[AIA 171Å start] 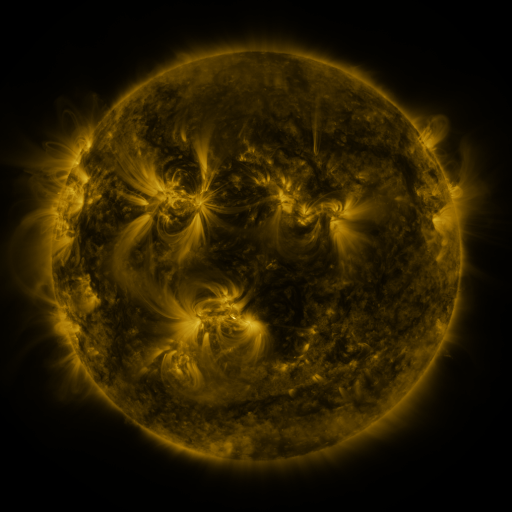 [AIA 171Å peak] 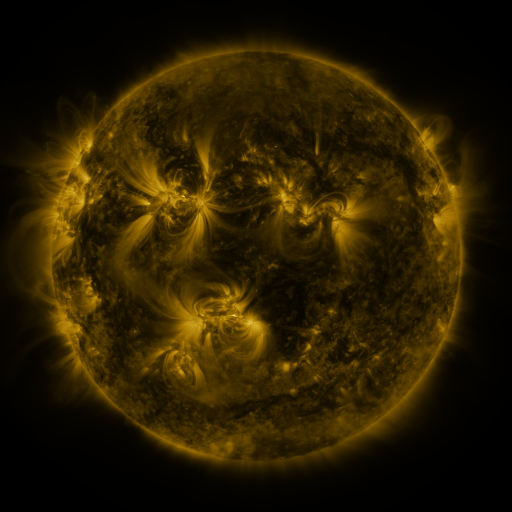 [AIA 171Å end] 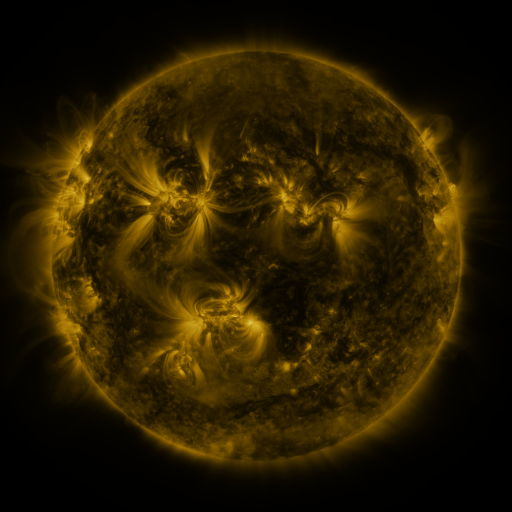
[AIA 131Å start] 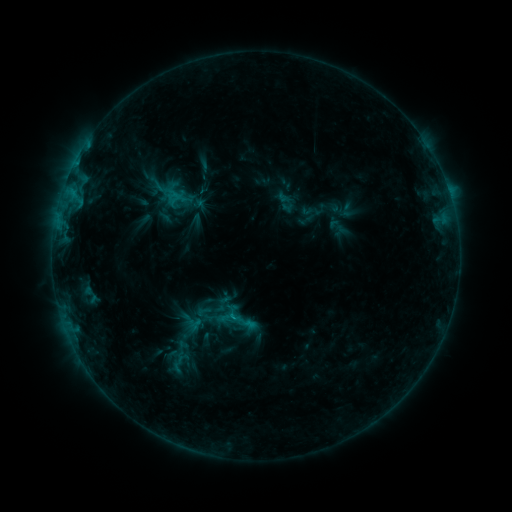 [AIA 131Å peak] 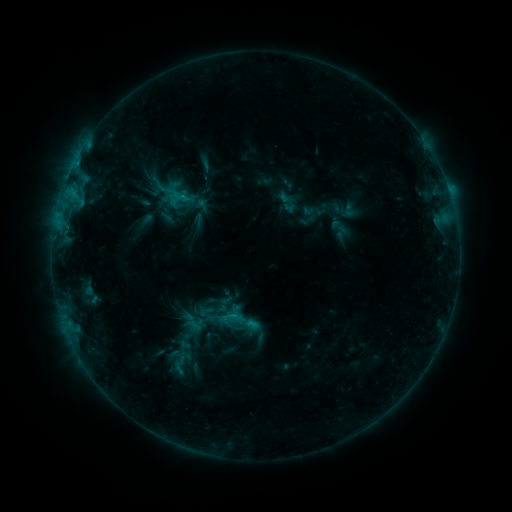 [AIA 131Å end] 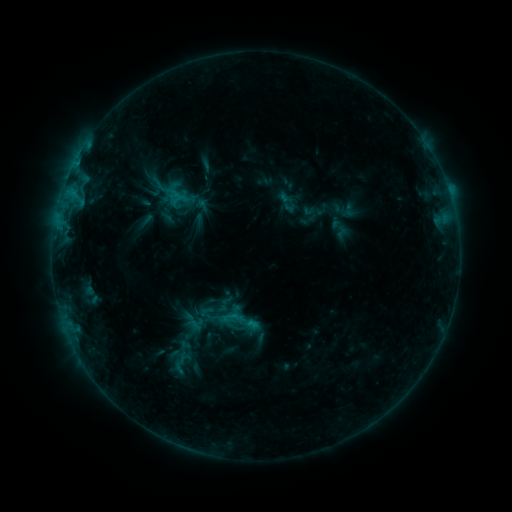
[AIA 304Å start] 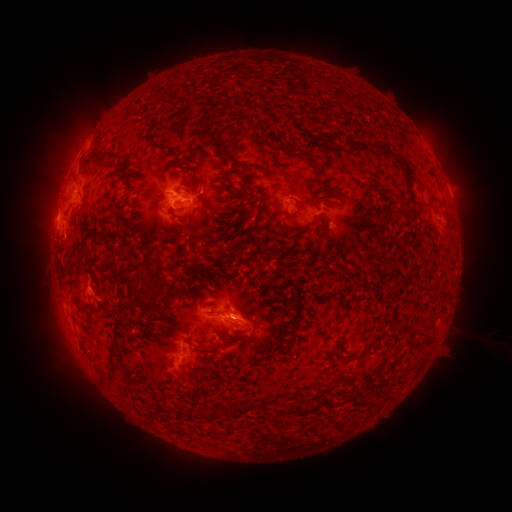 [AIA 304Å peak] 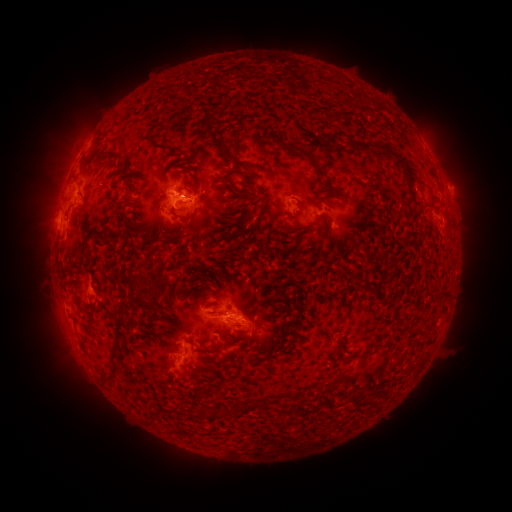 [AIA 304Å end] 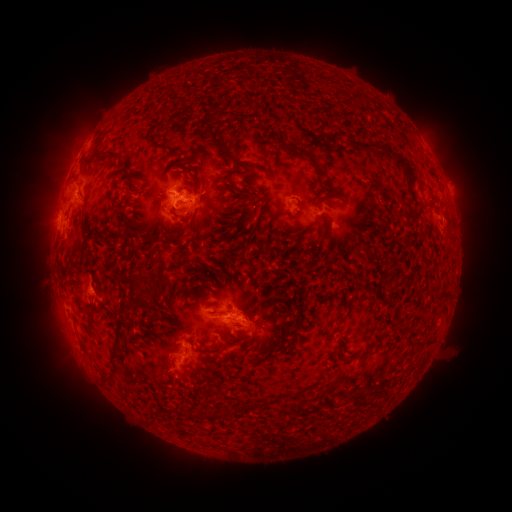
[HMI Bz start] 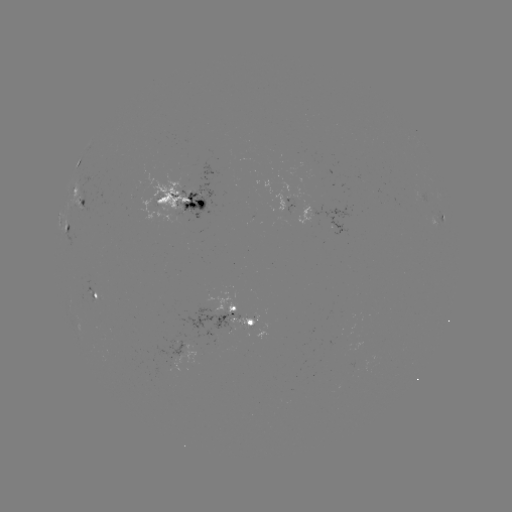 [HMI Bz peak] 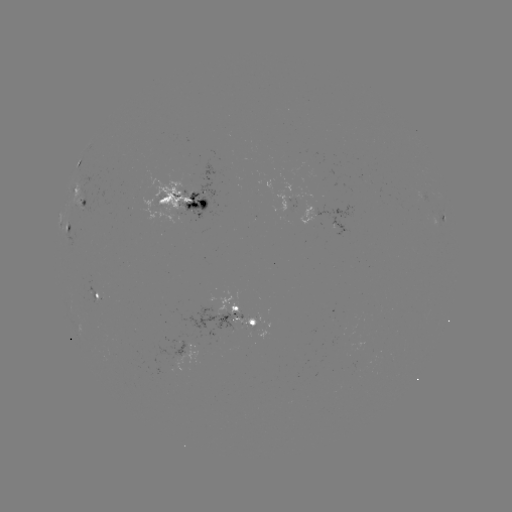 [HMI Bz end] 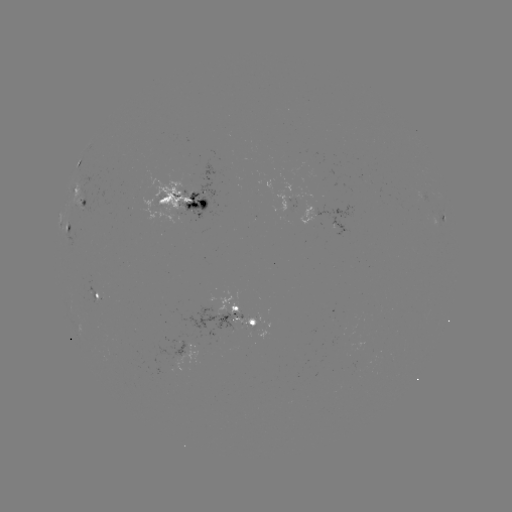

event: emerging-flux region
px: (178, 353)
